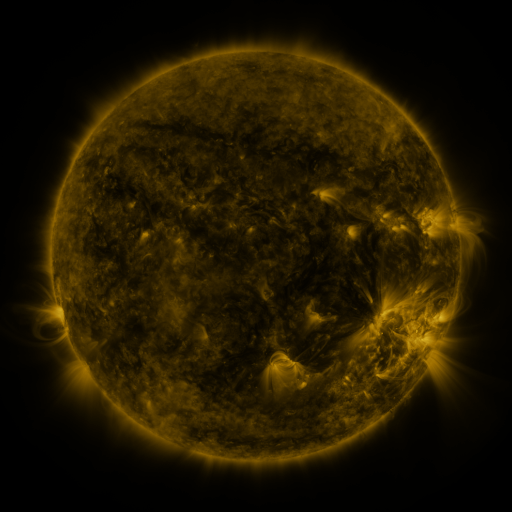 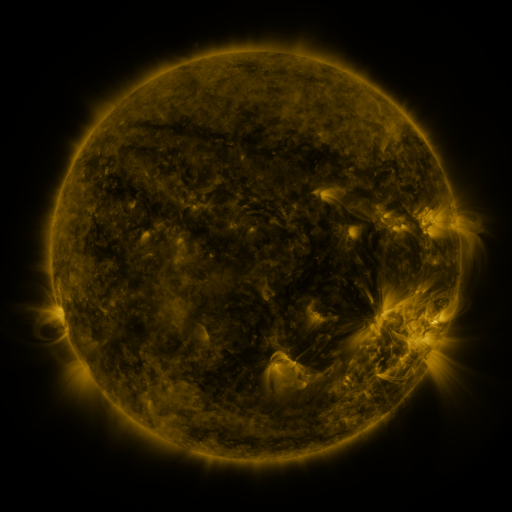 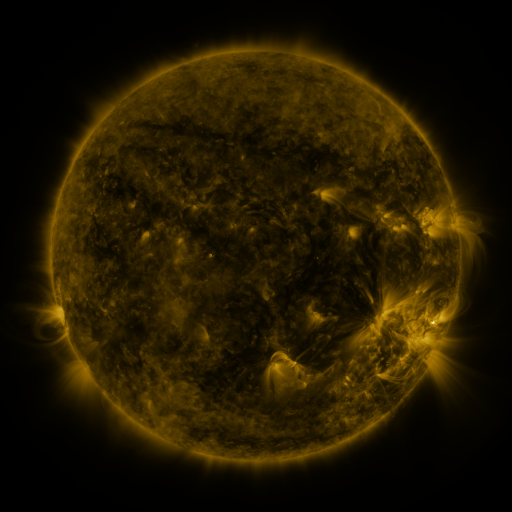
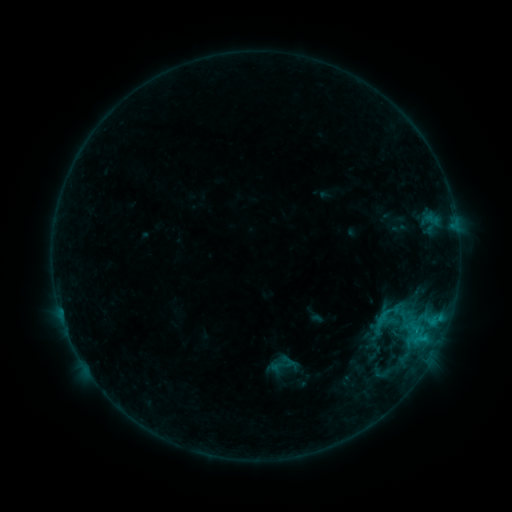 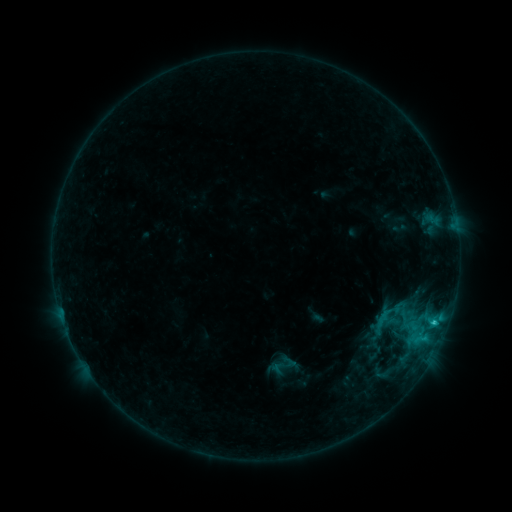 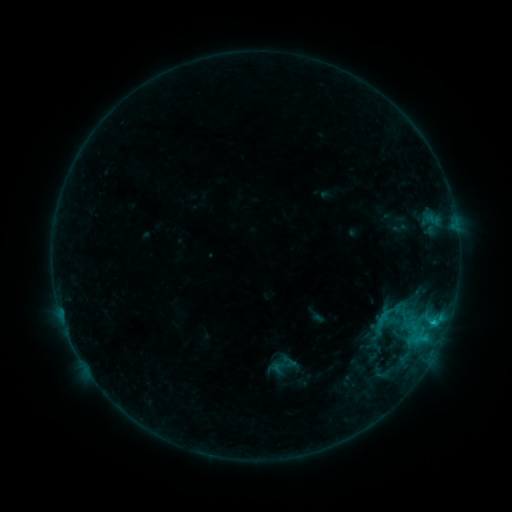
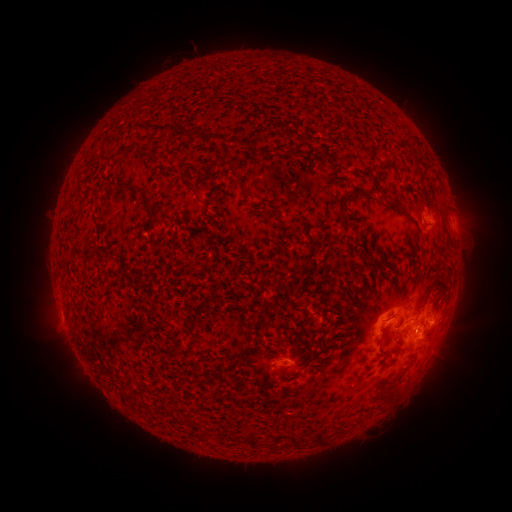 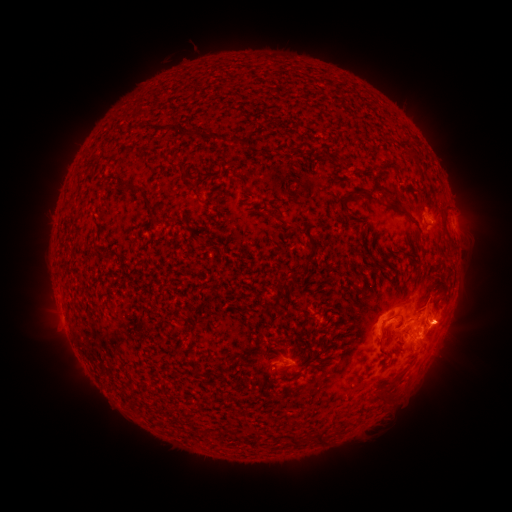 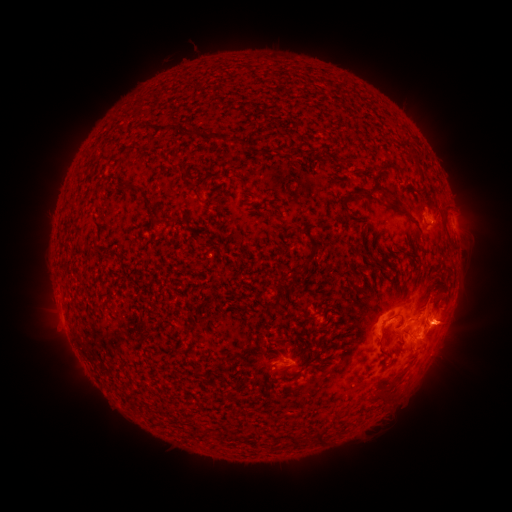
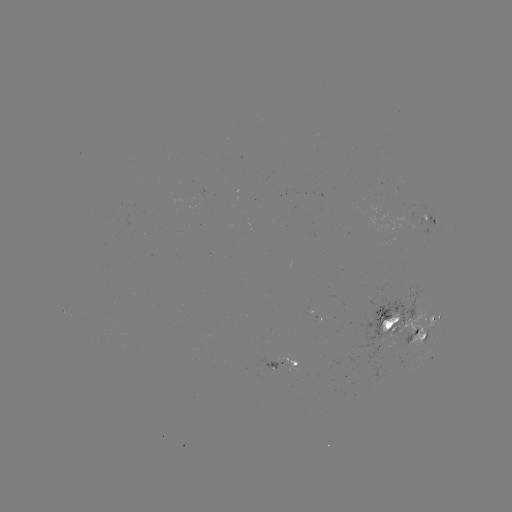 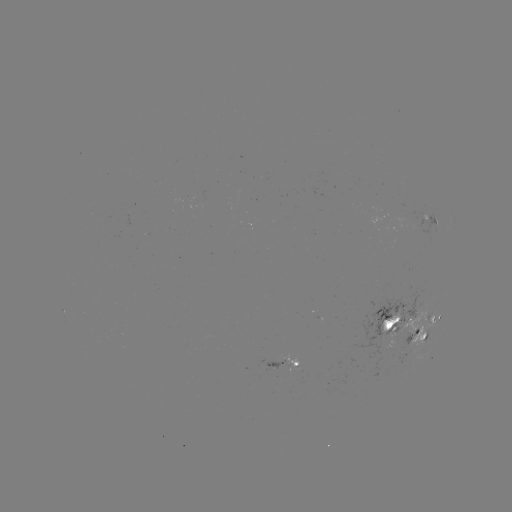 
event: flare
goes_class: C1.2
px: (433, 321)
